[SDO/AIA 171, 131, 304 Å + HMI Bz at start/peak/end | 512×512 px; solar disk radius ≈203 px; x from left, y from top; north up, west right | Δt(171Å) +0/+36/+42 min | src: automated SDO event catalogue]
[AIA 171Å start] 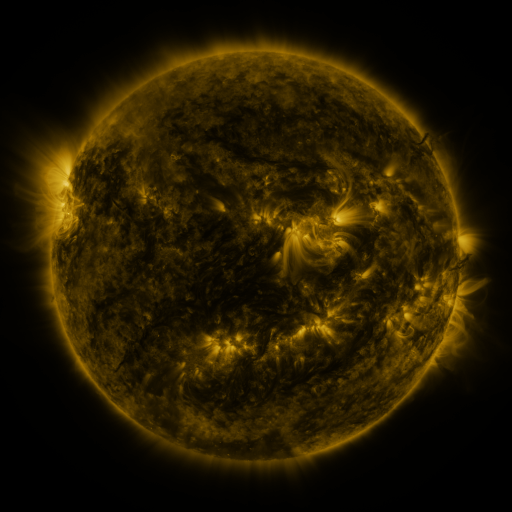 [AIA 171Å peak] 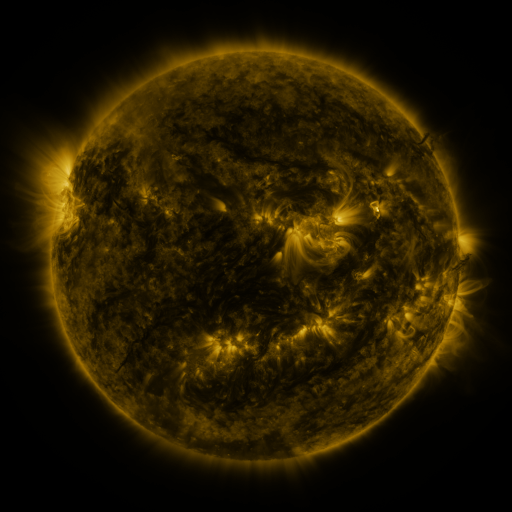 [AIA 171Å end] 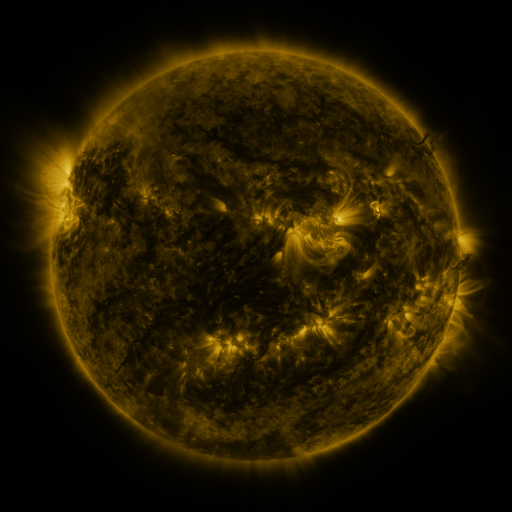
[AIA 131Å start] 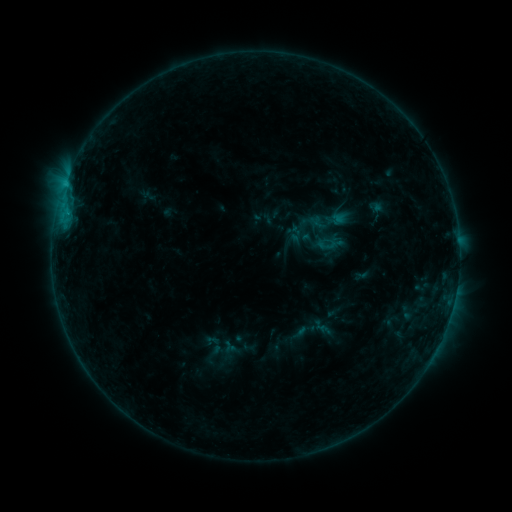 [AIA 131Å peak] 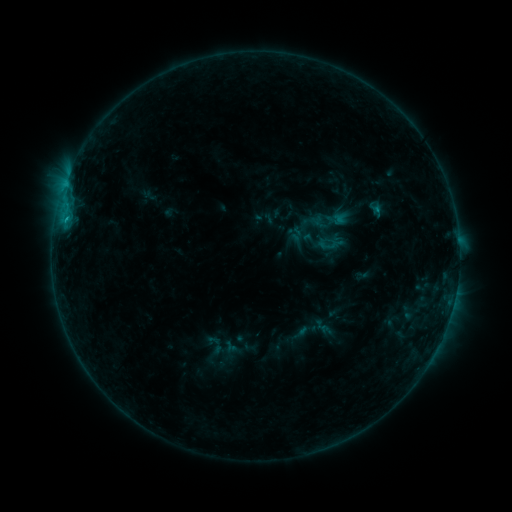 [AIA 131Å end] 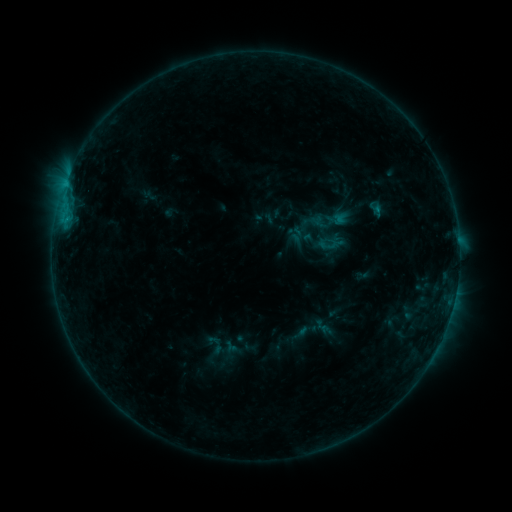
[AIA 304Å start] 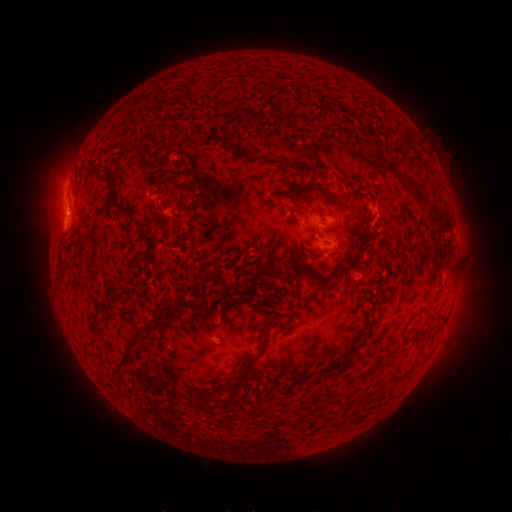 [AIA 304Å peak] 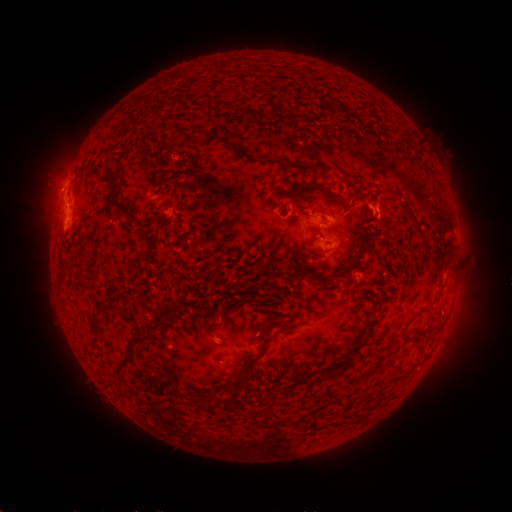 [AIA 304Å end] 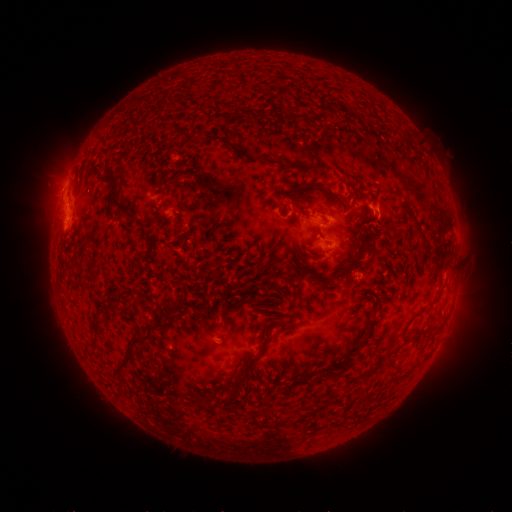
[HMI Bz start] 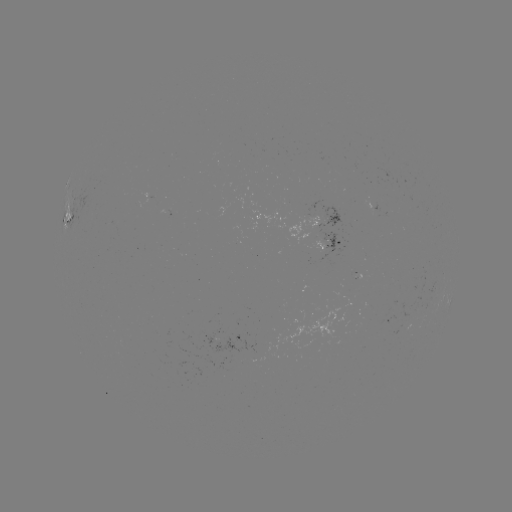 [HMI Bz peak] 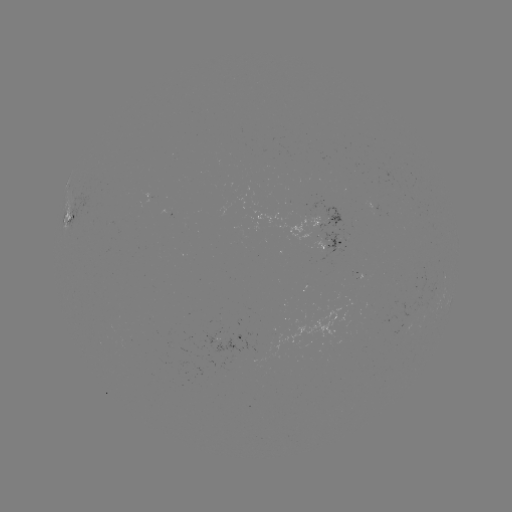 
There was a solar flare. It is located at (67, 219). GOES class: B7.3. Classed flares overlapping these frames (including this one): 1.